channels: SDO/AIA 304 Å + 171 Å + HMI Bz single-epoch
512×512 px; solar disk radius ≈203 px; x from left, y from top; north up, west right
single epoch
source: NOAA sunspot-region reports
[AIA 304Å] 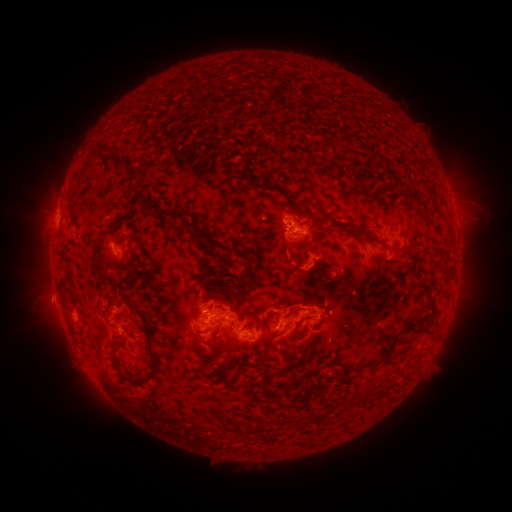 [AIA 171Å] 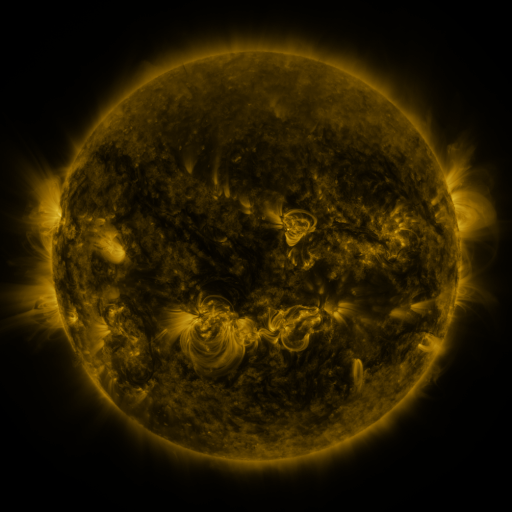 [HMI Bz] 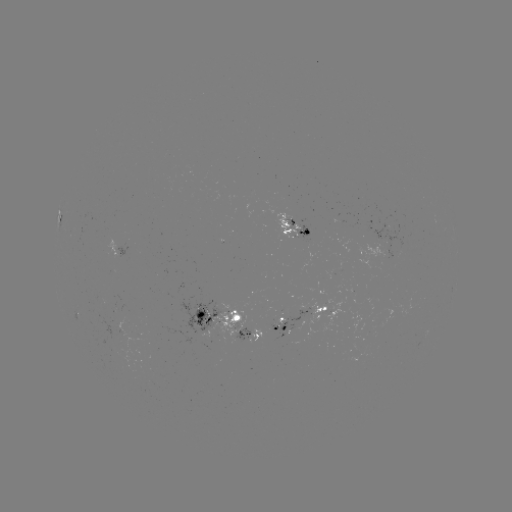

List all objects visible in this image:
spotted active region: (63, 220)
spotted active region: (296, 226)
spotted active region: (384, 235)
spotted active region: (394, 252)
spotted active region: (122, 253)
spotted active region: (224, 318)
spotted active region: (307, 321)
